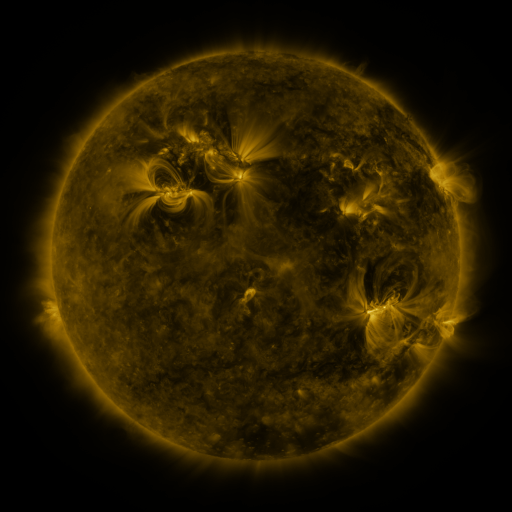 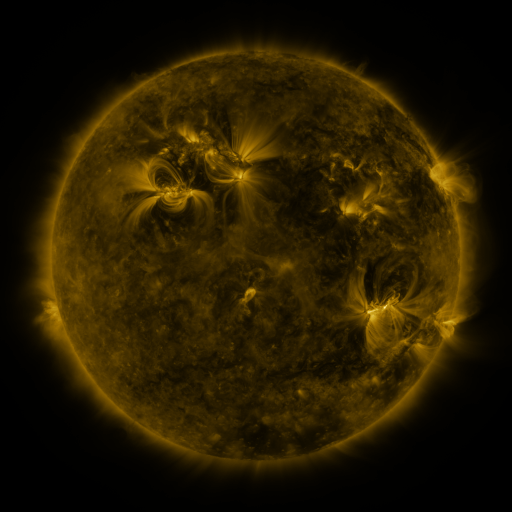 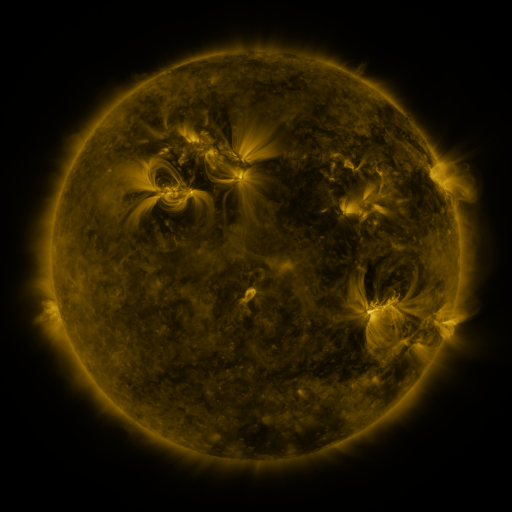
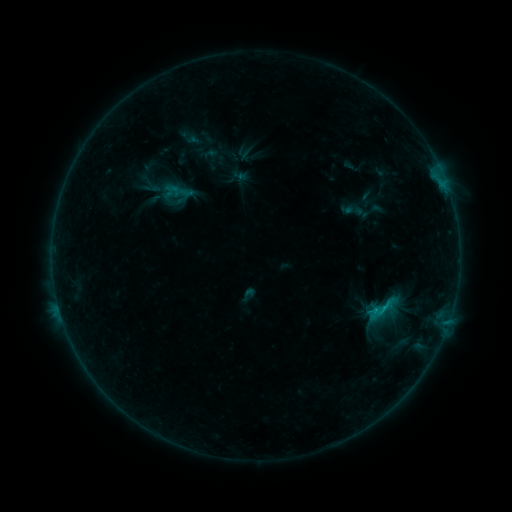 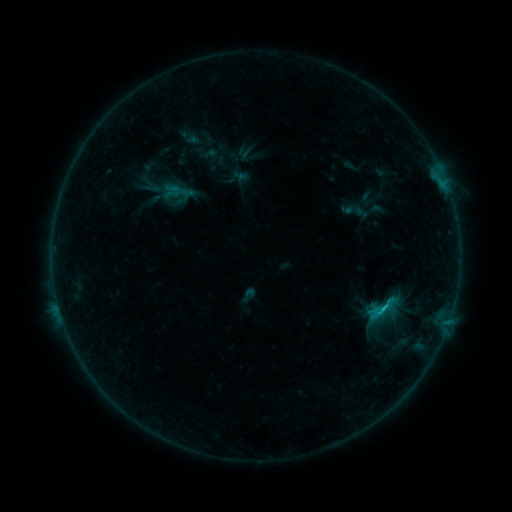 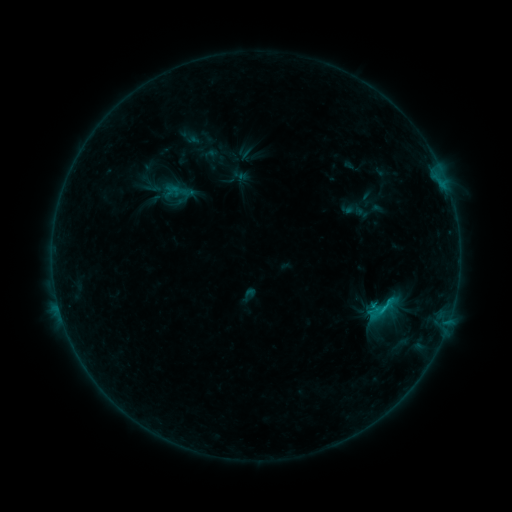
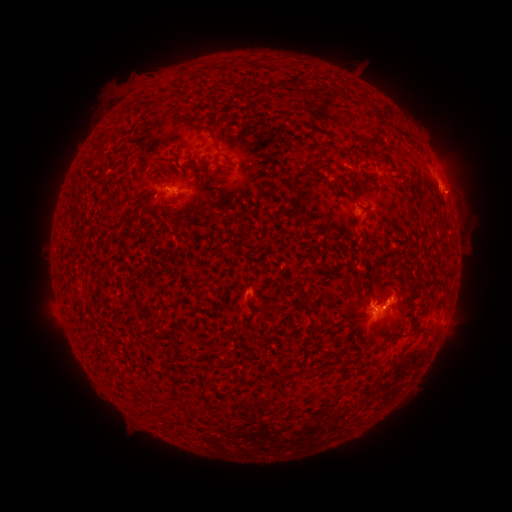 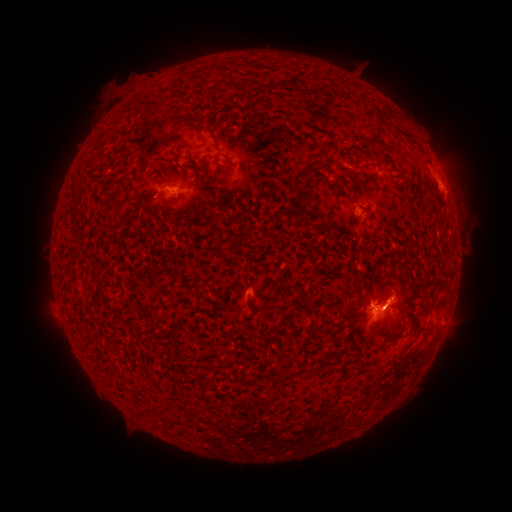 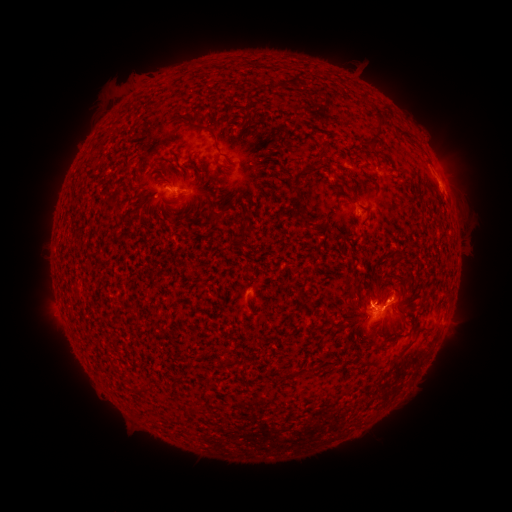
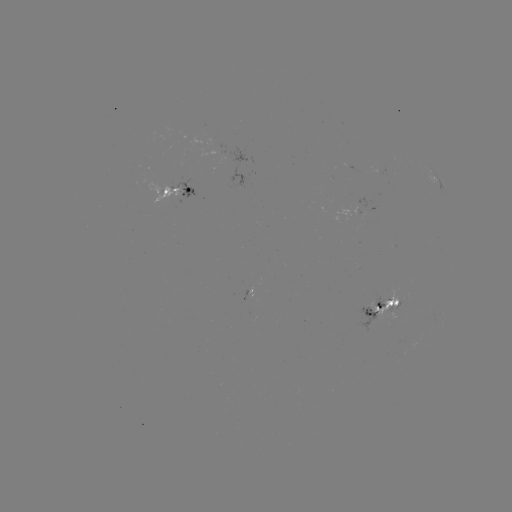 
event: flare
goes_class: C1.0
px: (381, 307)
